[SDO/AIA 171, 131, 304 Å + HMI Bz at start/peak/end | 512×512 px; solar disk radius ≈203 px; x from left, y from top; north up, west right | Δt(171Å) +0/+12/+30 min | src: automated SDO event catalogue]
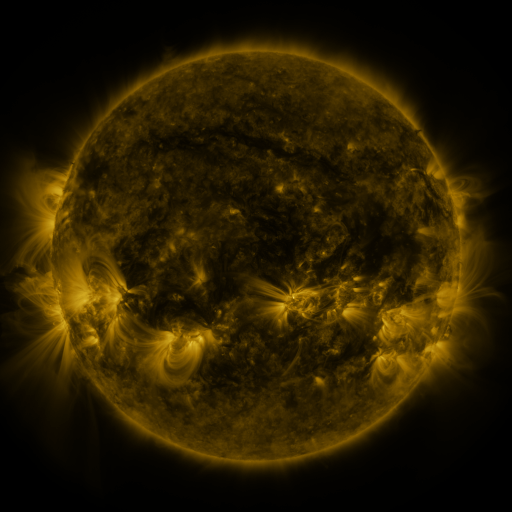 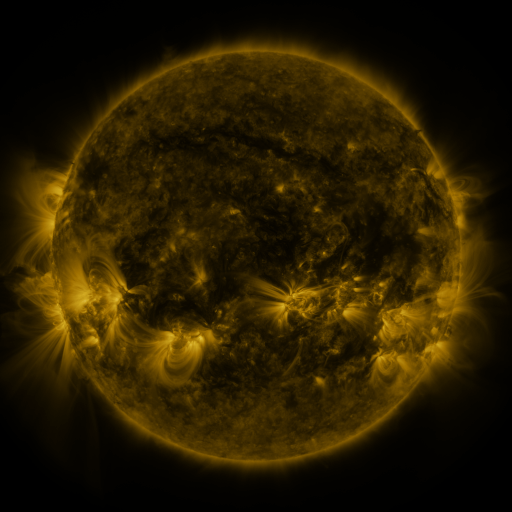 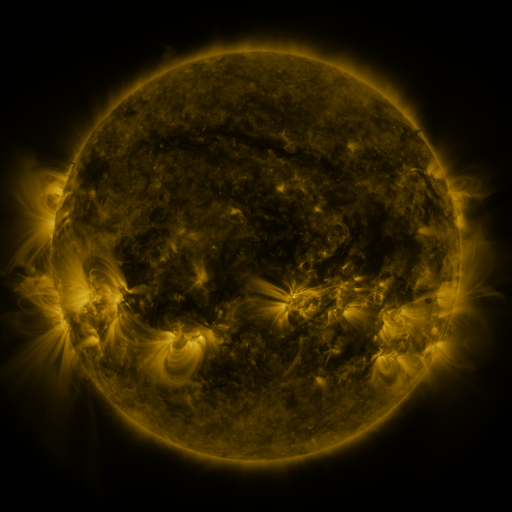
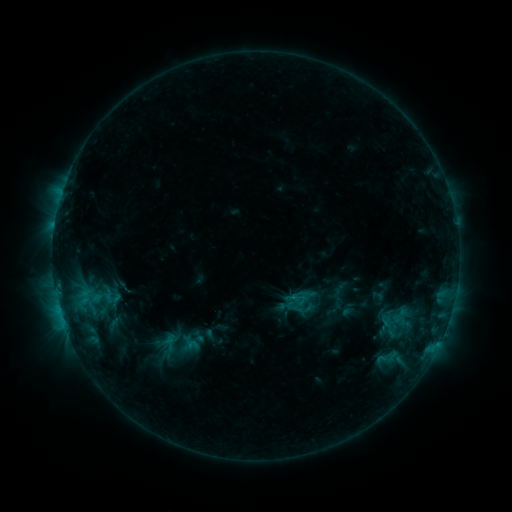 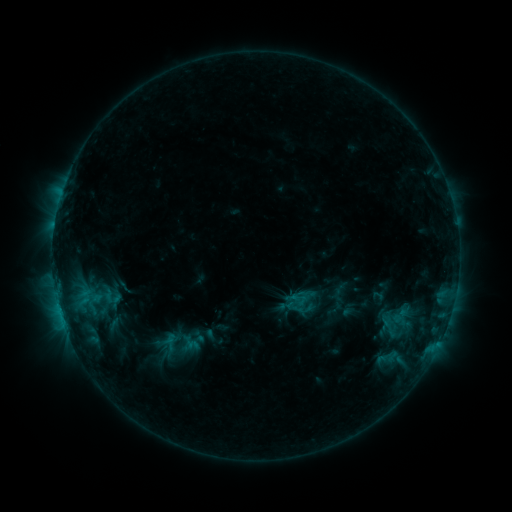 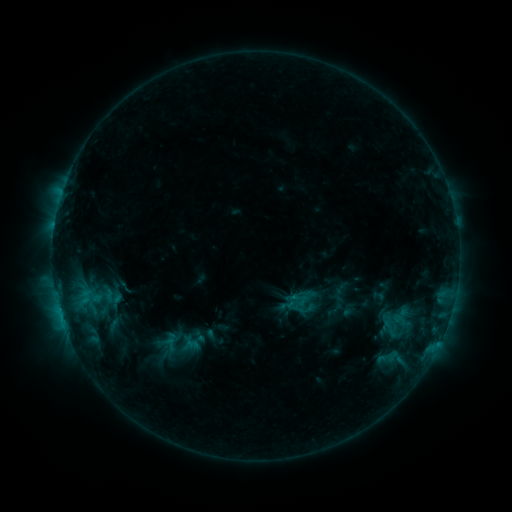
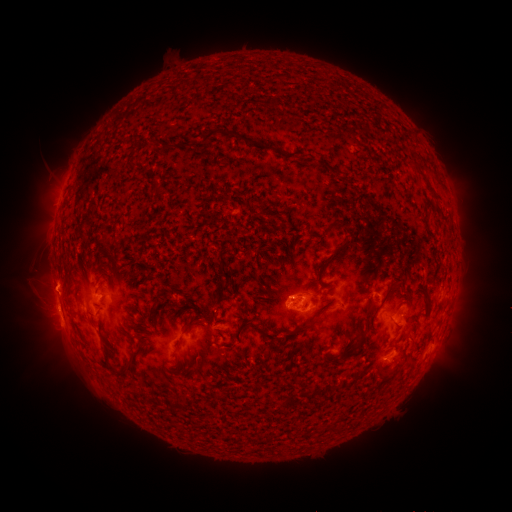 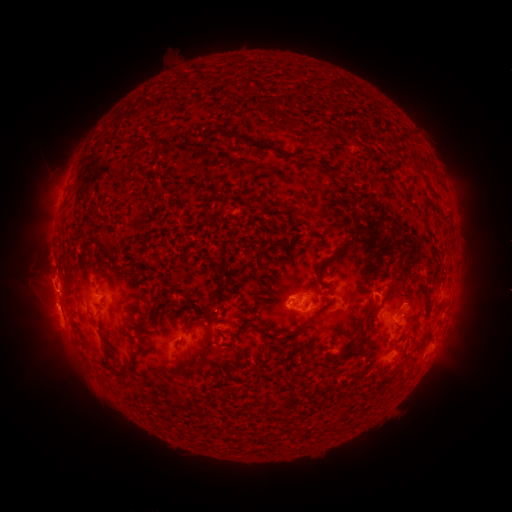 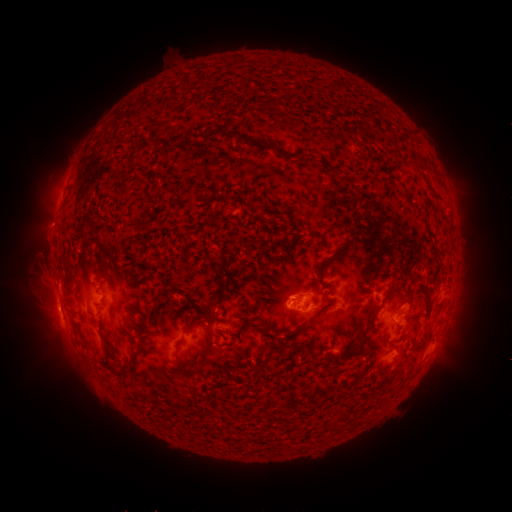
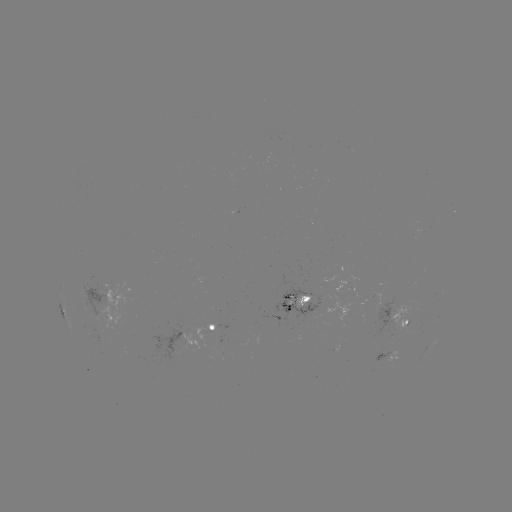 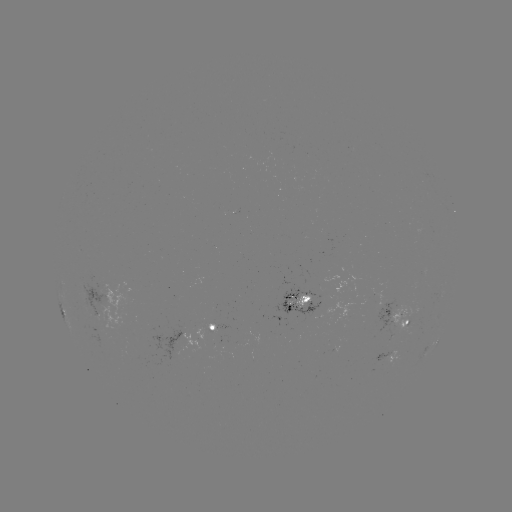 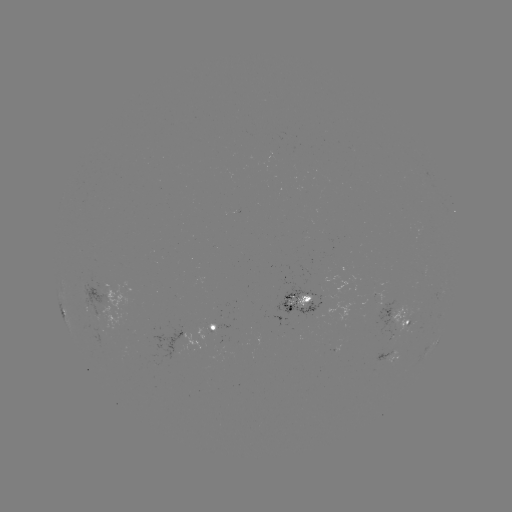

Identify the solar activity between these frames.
eruption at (45, 267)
